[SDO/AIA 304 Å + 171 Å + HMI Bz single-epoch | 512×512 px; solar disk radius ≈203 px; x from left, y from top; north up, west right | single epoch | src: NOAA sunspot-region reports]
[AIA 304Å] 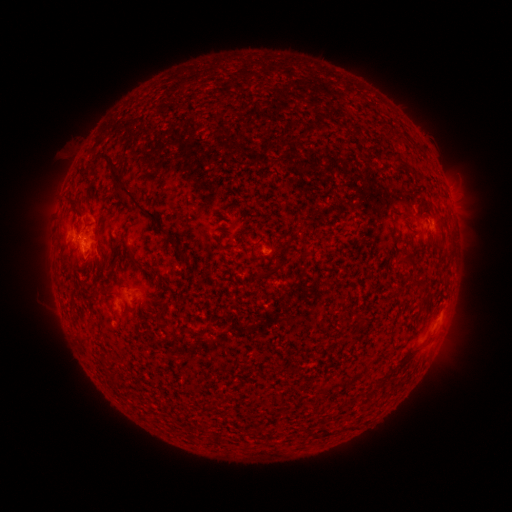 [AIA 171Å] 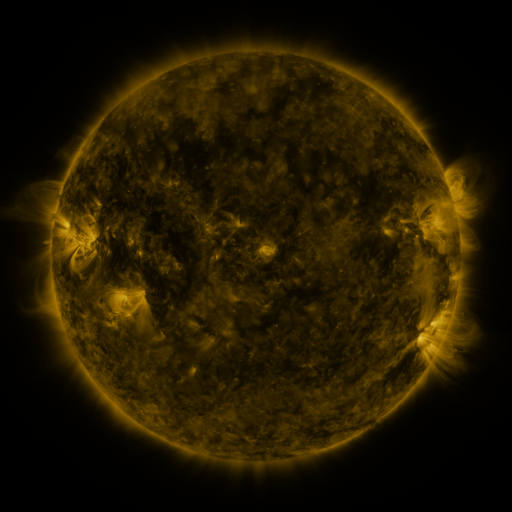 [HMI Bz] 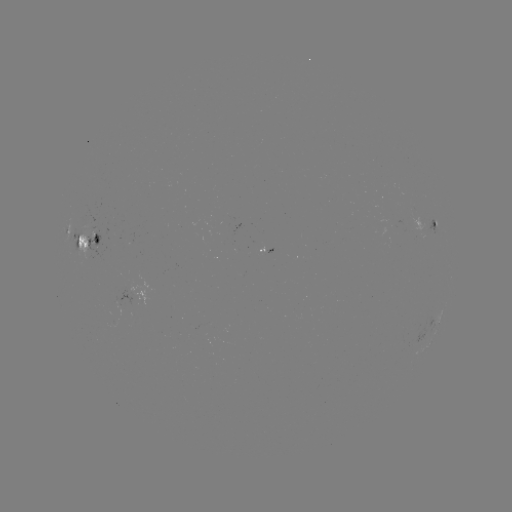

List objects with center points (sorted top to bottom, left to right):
spotted active region: (434, 224)
spotted active region: (88, 245)
spotted active region: (266, 253)
spotted active region: (123, 303)
spotted active region: (440, 319)
